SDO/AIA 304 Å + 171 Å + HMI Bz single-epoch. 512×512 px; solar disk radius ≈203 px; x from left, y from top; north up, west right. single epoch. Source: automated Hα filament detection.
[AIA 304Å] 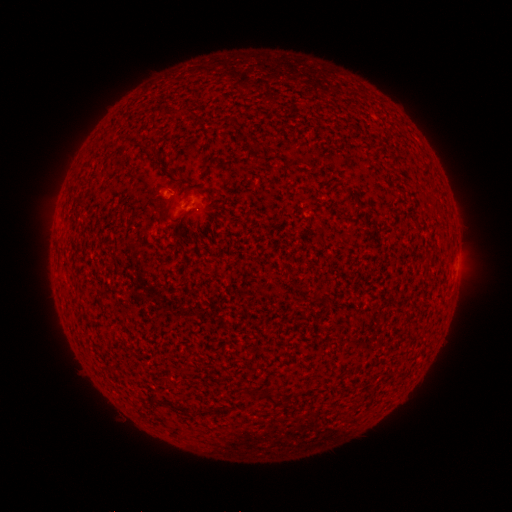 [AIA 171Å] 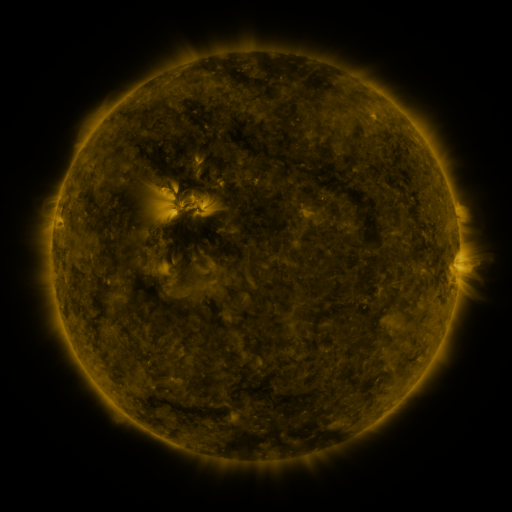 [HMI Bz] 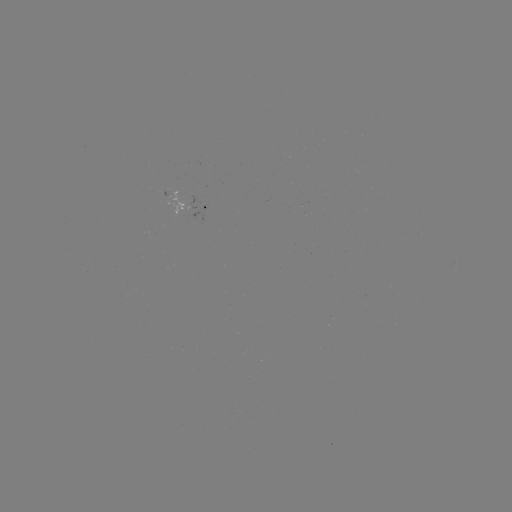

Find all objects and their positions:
filament: (149, 151)
filament: (79, 202)
filament: (265, 394)
filament: (173, 406)
filament: (202, 411)
